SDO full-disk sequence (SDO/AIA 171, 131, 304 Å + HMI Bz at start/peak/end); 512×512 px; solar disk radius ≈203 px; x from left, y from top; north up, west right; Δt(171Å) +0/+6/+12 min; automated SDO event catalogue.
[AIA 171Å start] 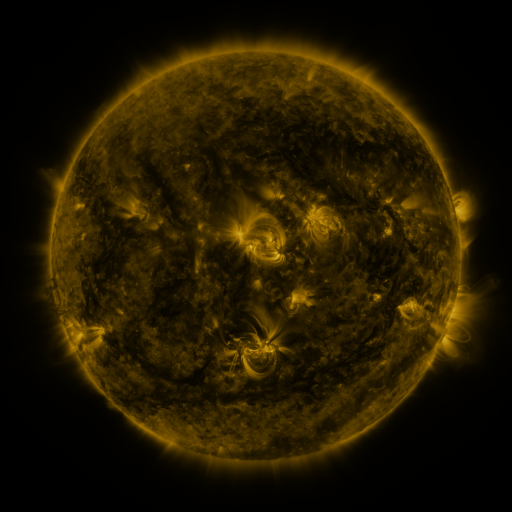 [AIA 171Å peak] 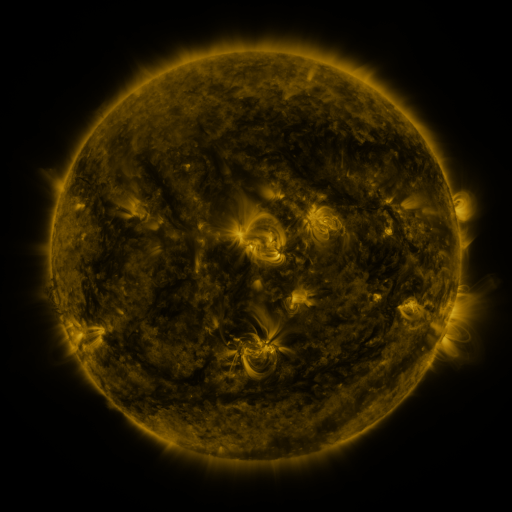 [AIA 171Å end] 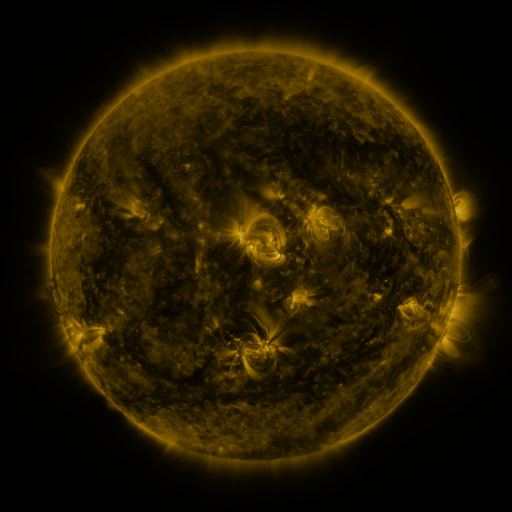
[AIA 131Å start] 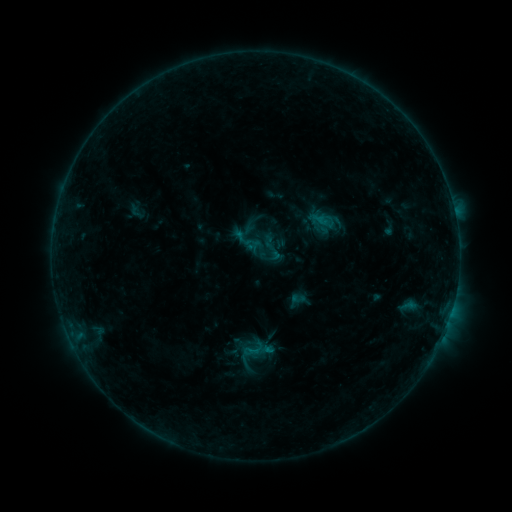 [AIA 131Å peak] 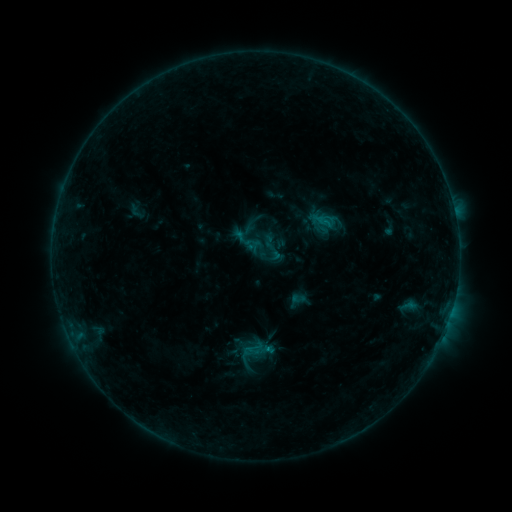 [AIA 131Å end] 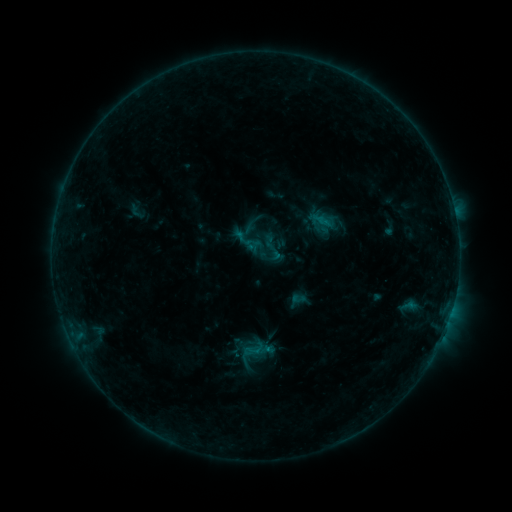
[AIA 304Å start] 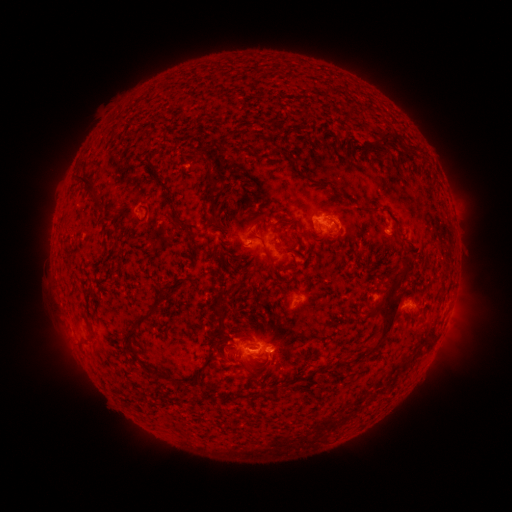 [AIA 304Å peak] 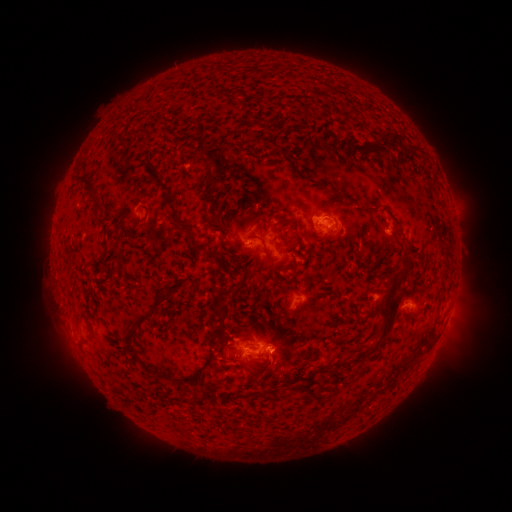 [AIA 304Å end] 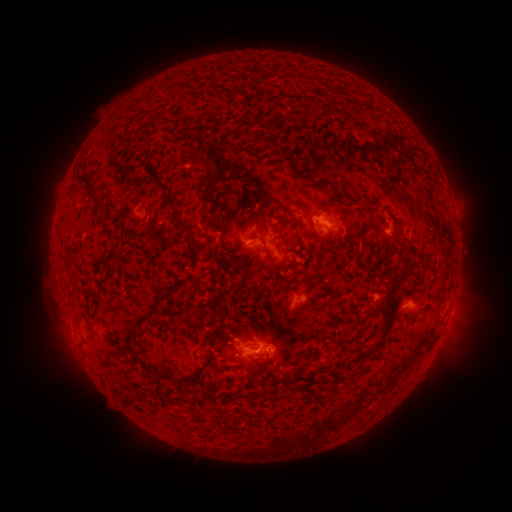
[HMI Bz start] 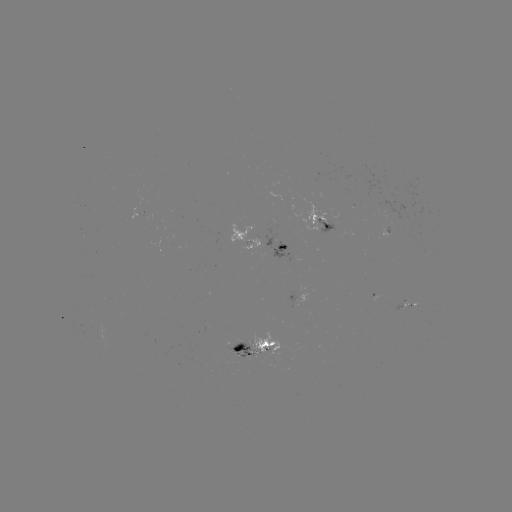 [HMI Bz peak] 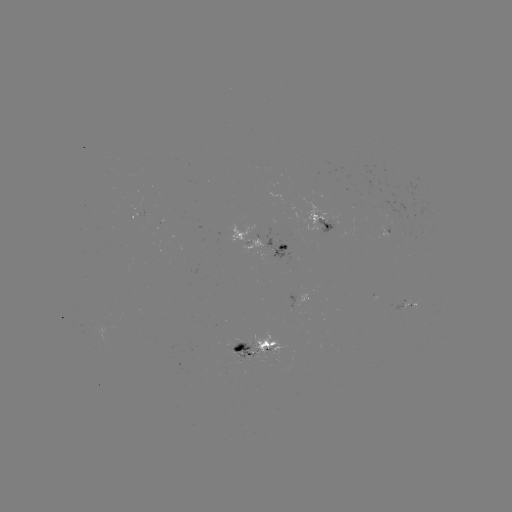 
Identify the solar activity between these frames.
B7.4 flare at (332, 225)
